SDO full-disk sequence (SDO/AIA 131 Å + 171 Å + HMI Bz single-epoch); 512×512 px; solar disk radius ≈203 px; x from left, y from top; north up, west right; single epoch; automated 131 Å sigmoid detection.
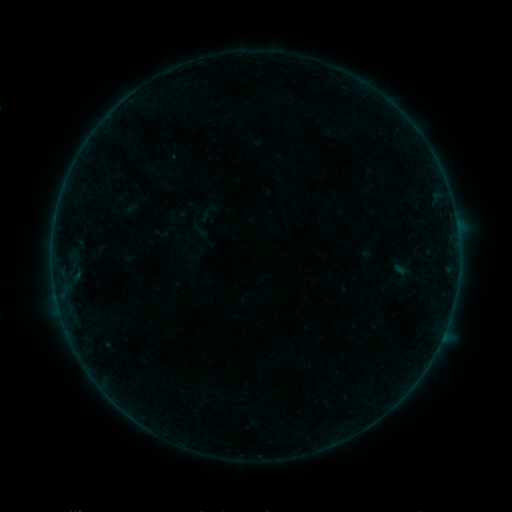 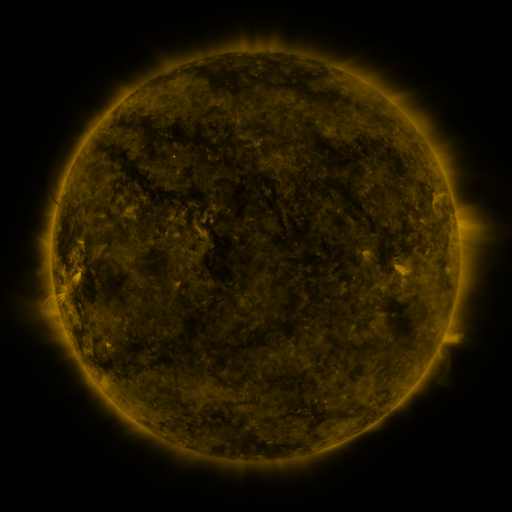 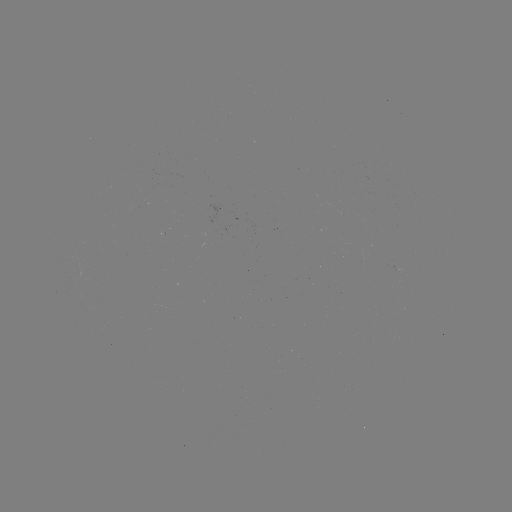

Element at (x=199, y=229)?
sigmoid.